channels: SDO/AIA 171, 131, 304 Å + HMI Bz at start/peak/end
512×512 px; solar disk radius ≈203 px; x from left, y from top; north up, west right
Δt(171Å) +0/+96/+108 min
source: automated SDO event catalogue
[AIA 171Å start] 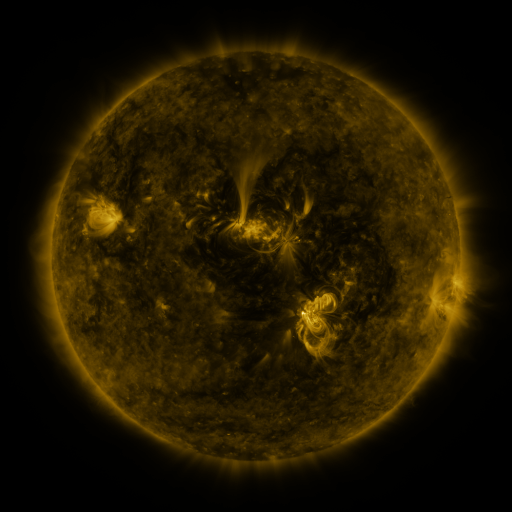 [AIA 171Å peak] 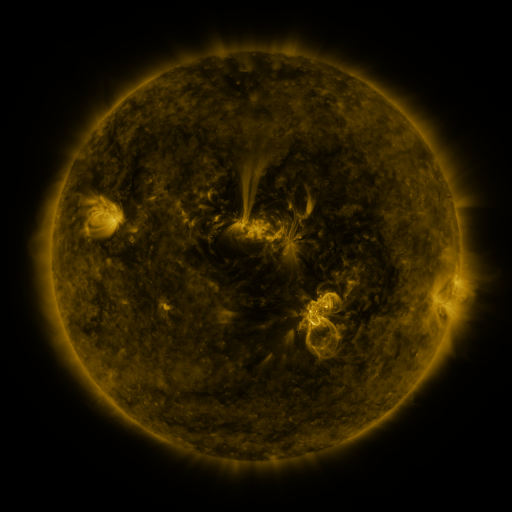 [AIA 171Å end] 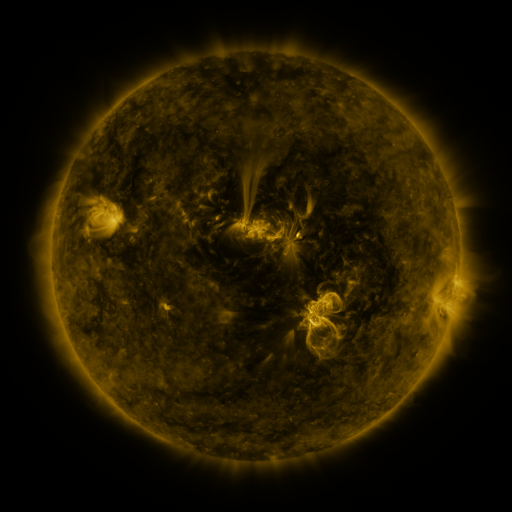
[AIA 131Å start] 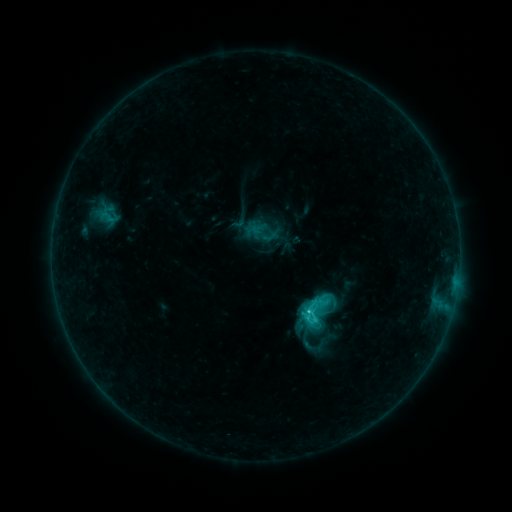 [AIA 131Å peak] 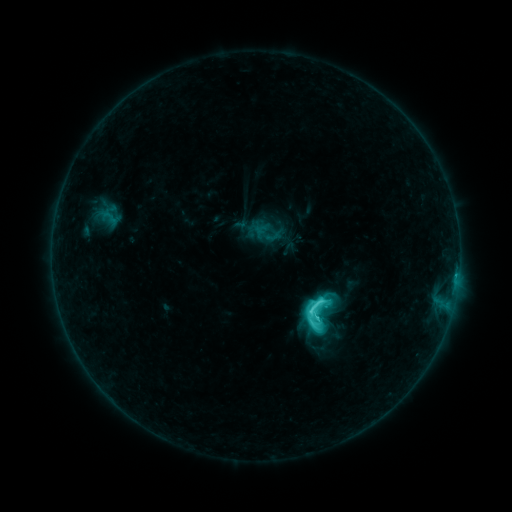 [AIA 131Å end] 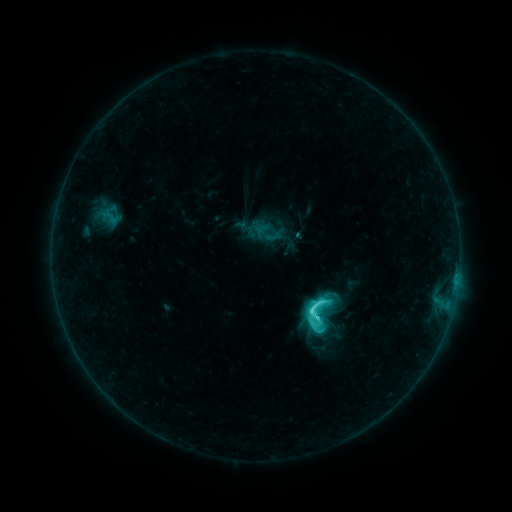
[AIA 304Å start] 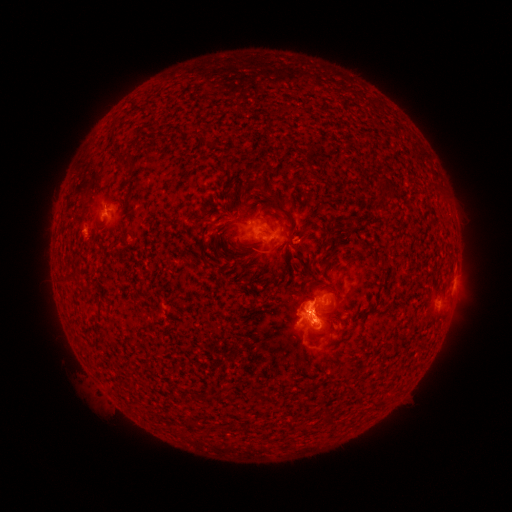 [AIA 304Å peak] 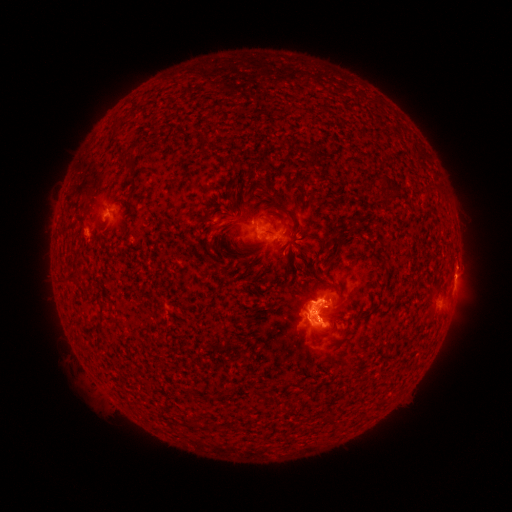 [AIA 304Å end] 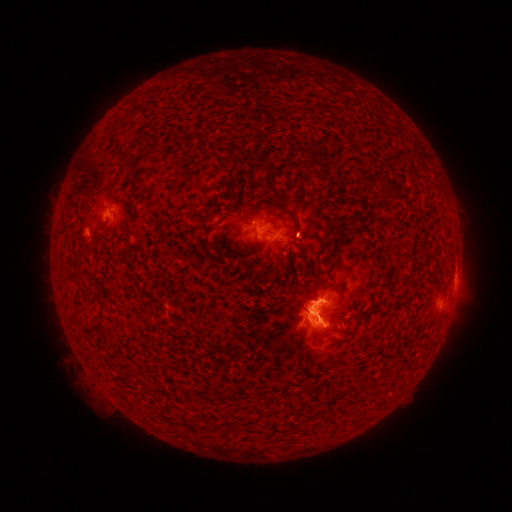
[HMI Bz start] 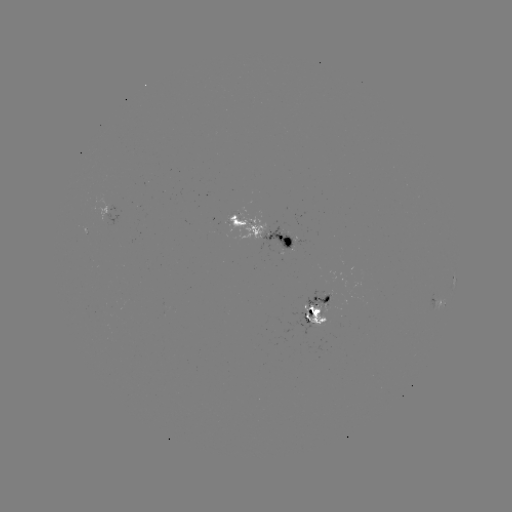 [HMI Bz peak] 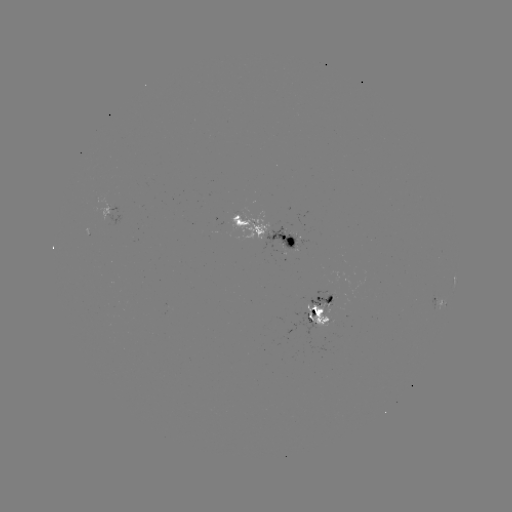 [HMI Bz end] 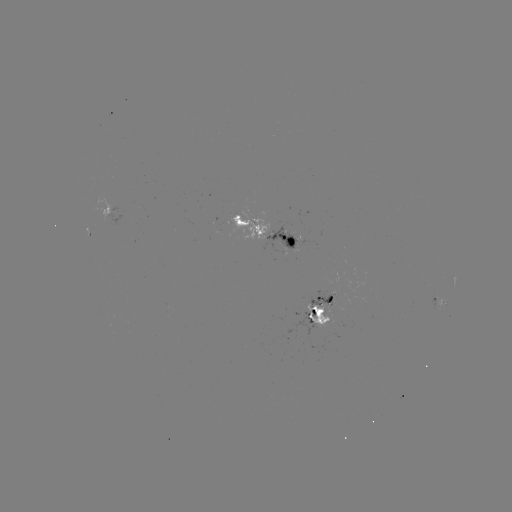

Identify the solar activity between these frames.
emerging-flux region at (328, 301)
